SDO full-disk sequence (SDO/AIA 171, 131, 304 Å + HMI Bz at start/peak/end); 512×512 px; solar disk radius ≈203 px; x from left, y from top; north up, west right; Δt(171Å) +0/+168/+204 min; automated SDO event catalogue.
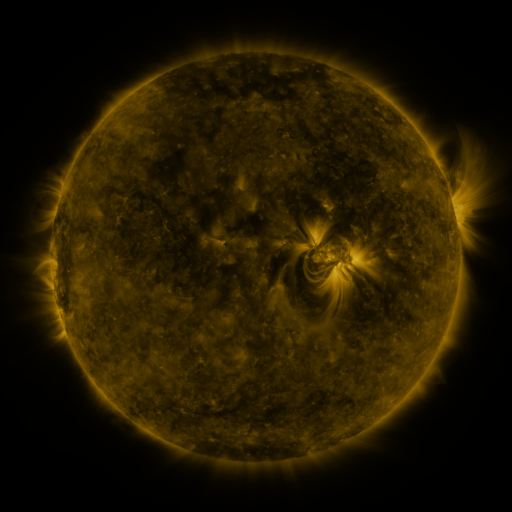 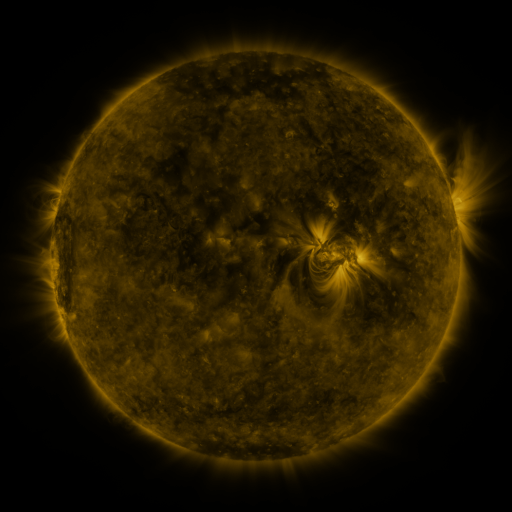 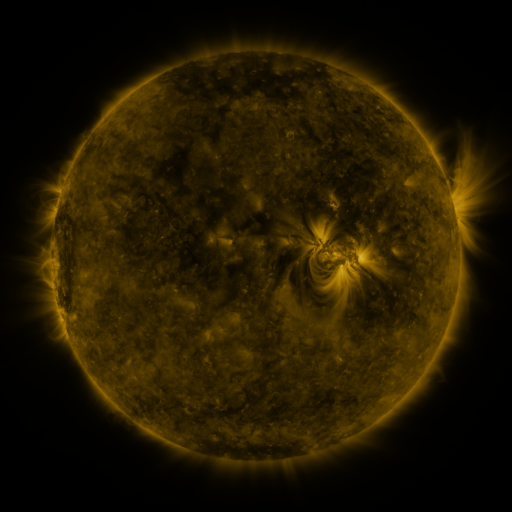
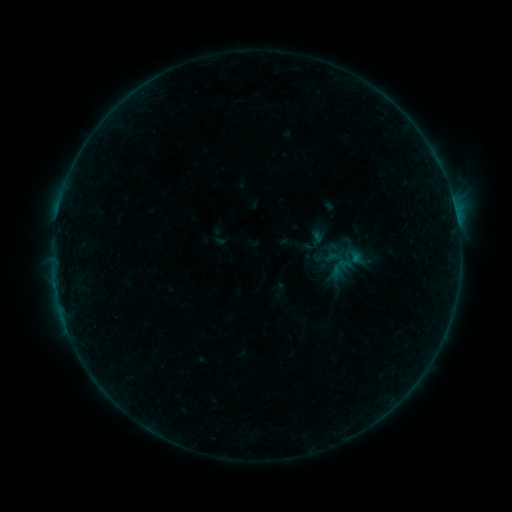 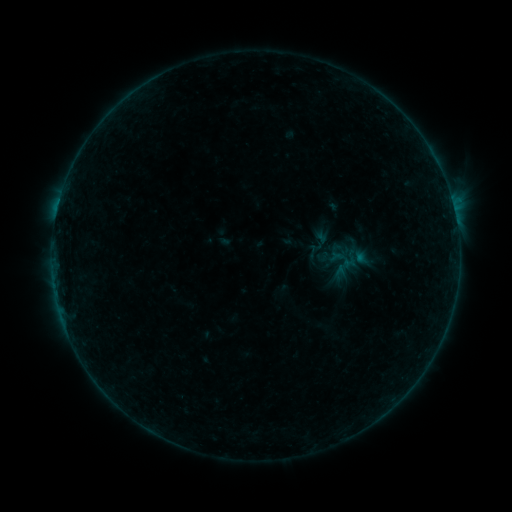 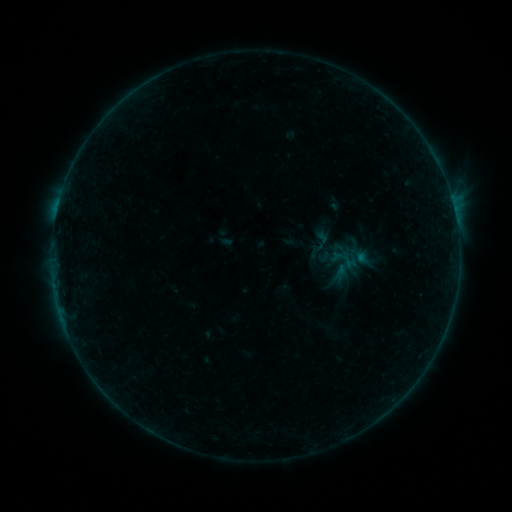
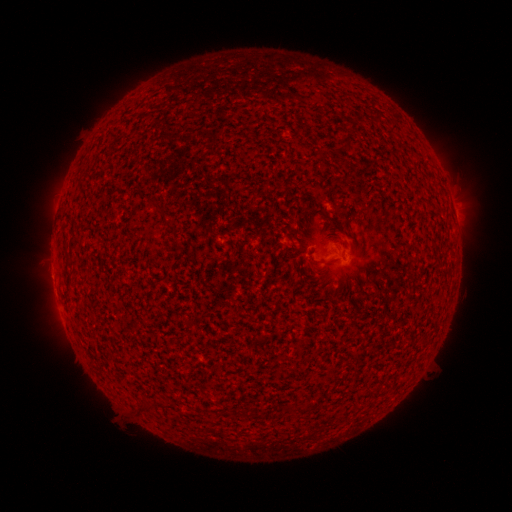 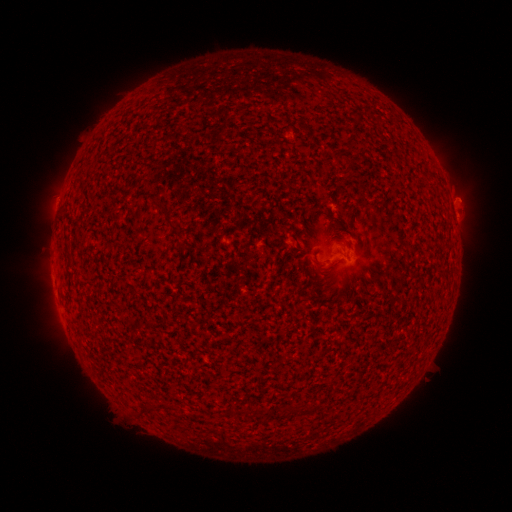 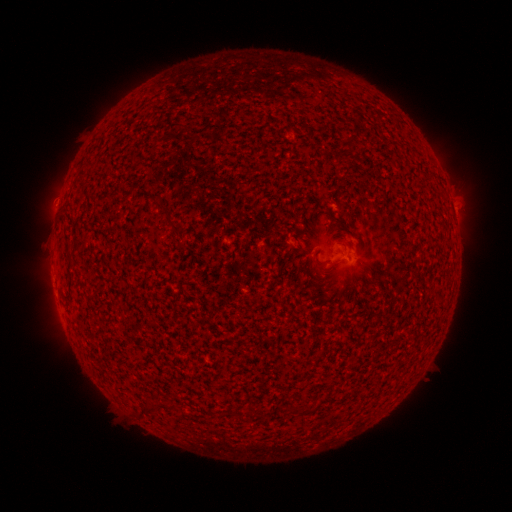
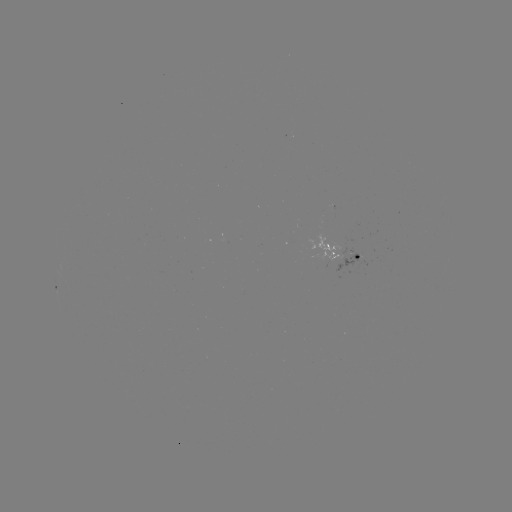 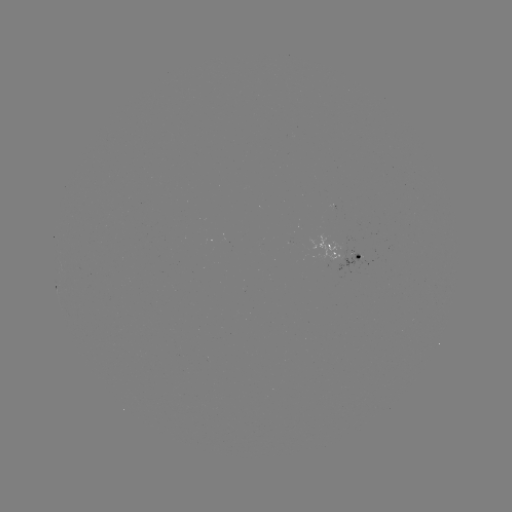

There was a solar emerging-flux region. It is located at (328, 255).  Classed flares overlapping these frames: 1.